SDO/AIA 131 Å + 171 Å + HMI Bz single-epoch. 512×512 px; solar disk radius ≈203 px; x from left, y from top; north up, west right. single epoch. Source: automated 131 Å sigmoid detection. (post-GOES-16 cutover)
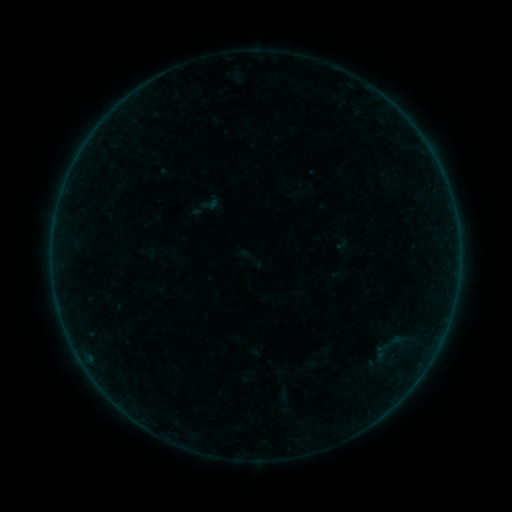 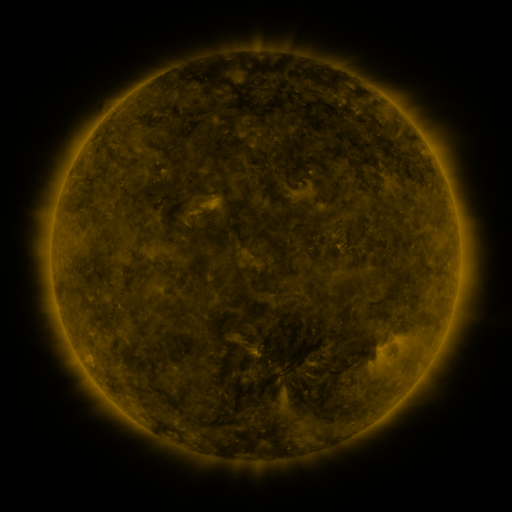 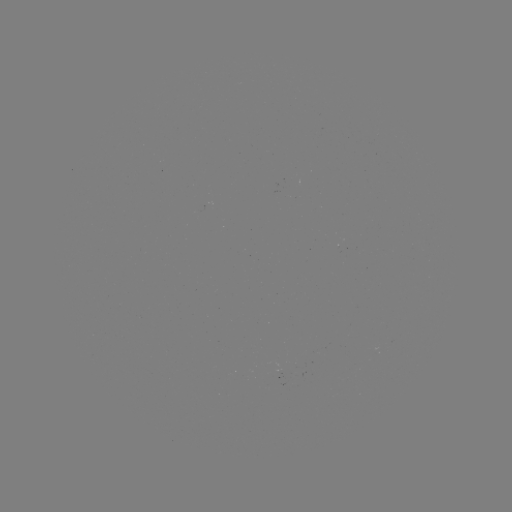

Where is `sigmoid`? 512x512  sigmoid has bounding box [369, 325, 412, 368].